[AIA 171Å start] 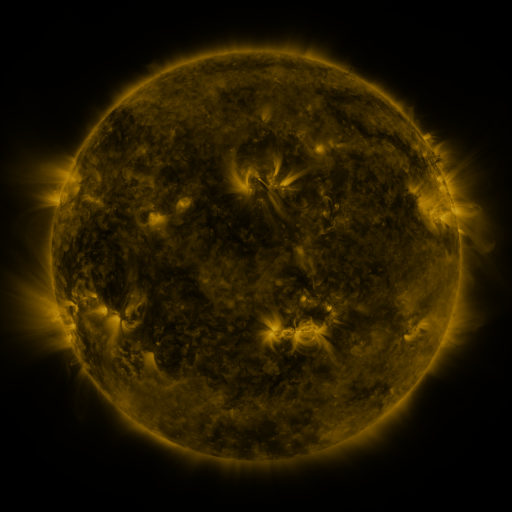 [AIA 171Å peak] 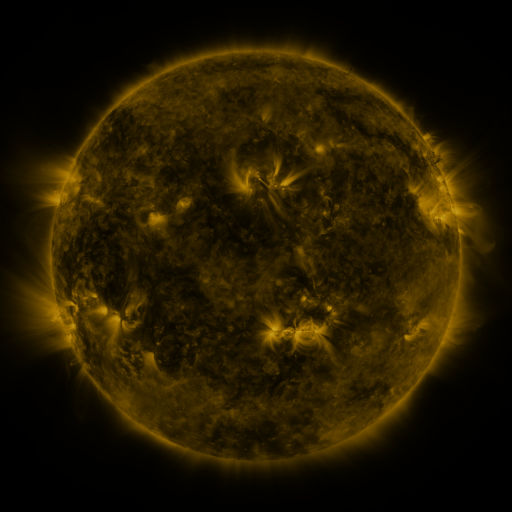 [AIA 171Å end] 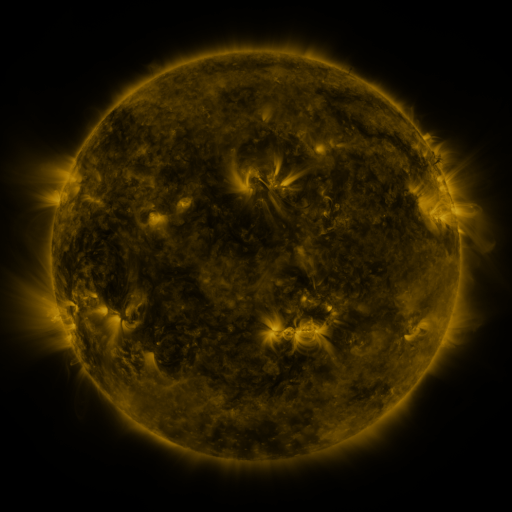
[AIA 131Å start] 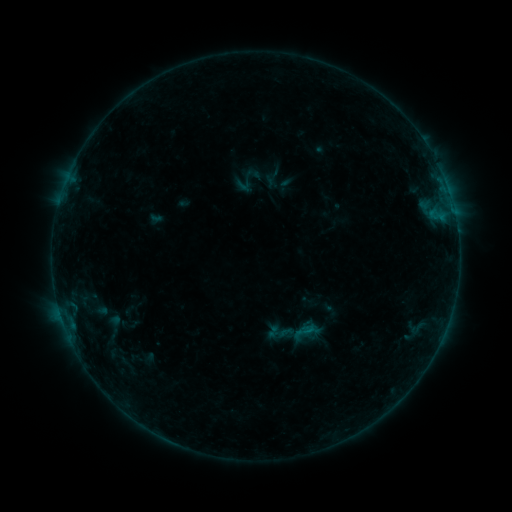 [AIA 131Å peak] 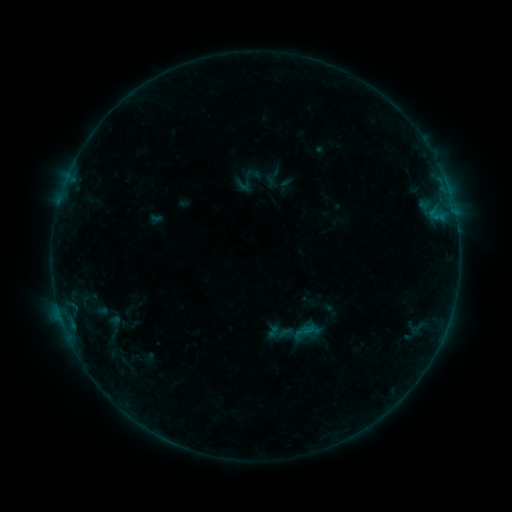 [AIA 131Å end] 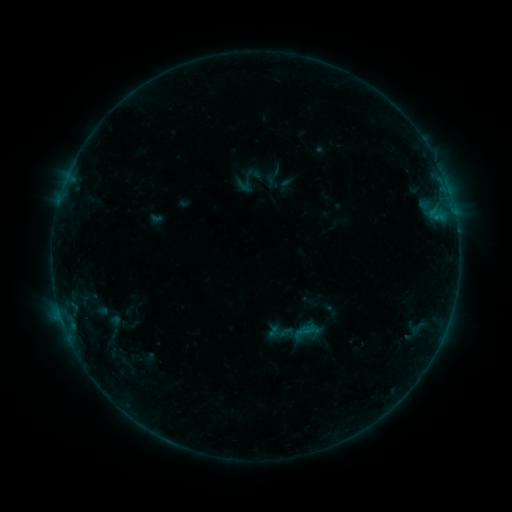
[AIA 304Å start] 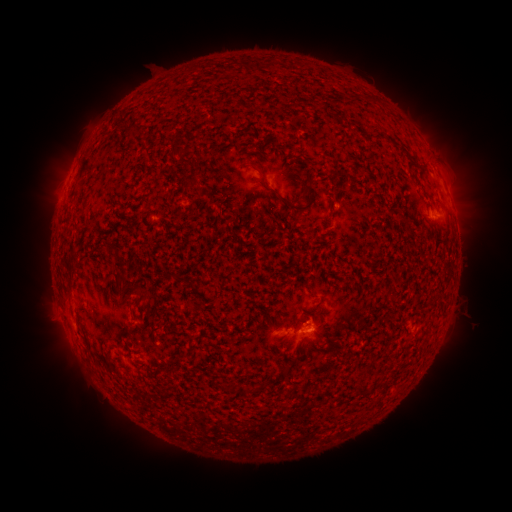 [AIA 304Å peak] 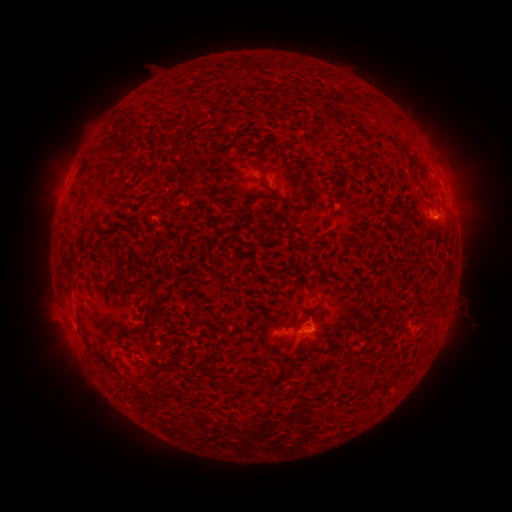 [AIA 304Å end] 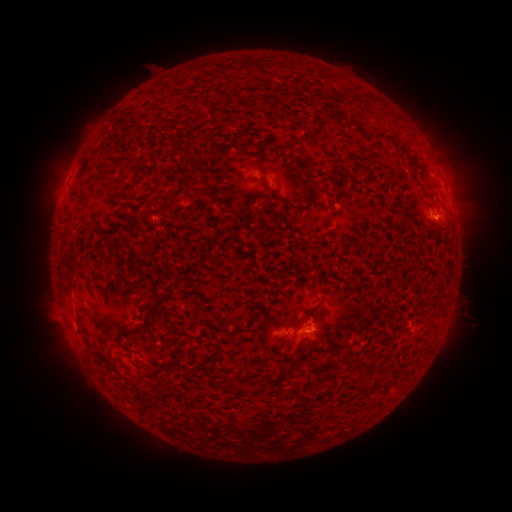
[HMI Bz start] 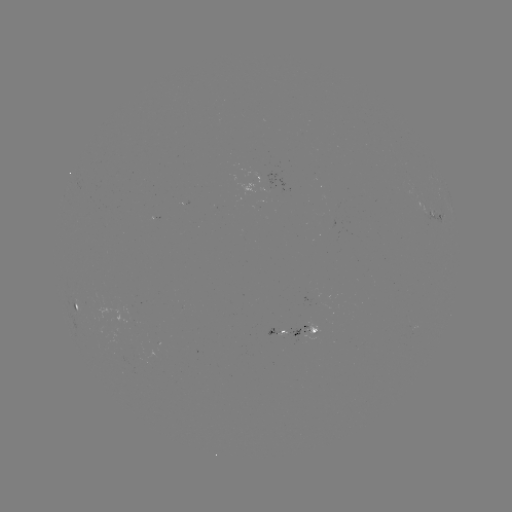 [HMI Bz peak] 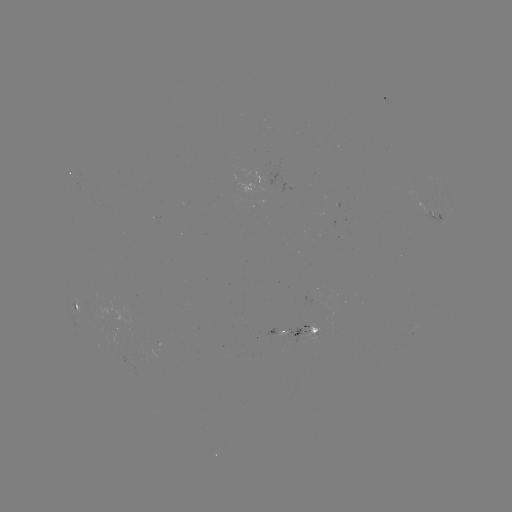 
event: flare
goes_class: B2.6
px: (435, 220)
